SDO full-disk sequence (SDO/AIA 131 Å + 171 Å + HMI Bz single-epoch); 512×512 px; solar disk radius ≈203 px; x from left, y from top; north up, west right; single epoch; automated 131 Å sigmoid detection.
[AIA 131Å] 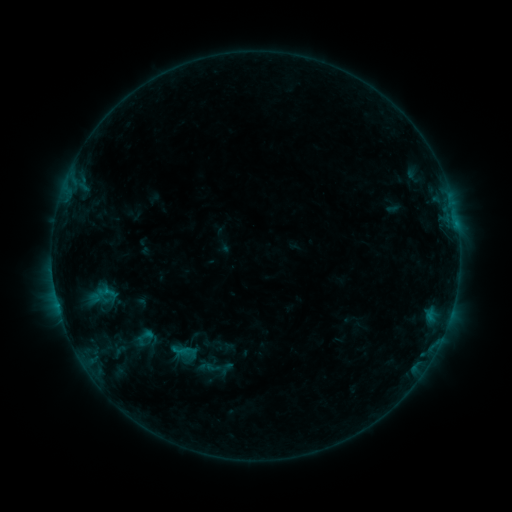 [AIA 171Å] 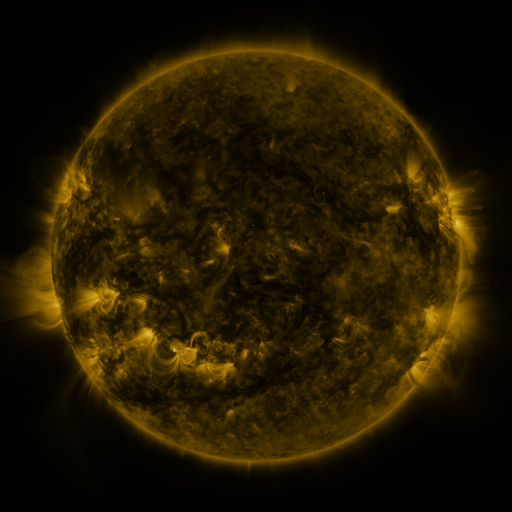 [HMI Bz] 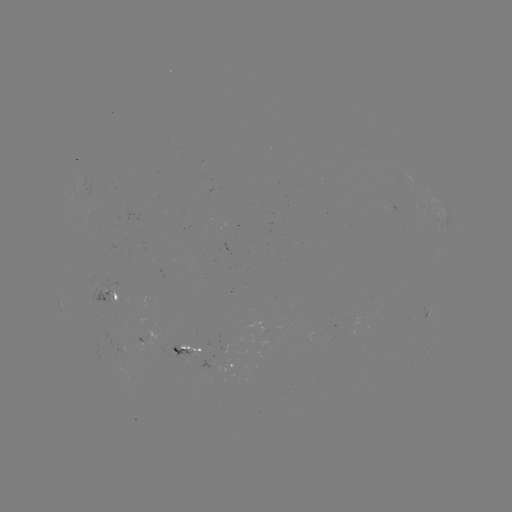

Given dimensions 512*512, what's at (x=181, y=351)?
sigmoid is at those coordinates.